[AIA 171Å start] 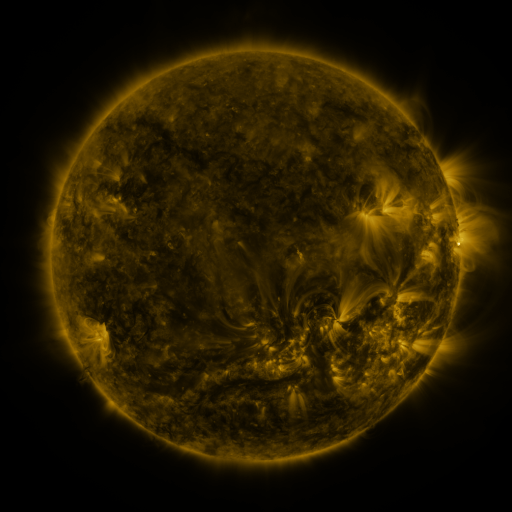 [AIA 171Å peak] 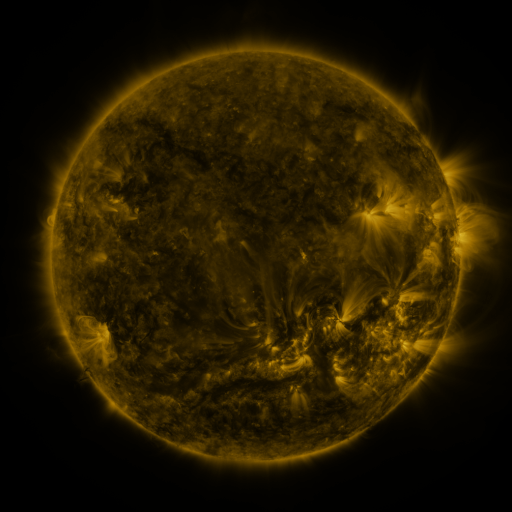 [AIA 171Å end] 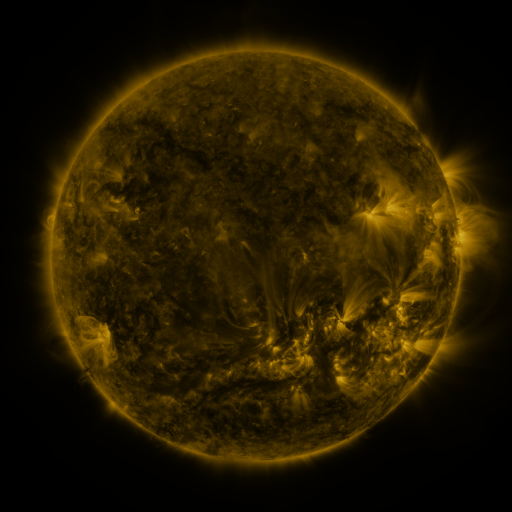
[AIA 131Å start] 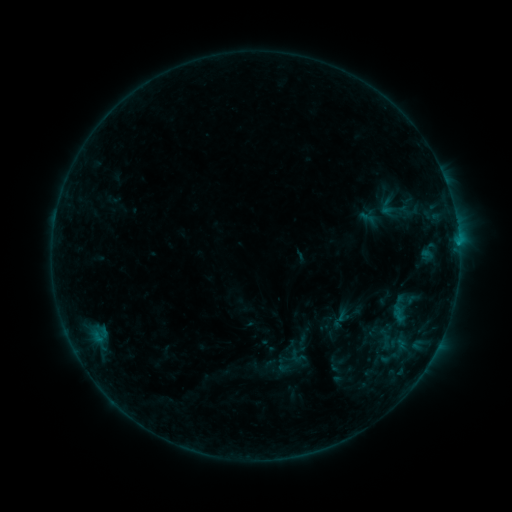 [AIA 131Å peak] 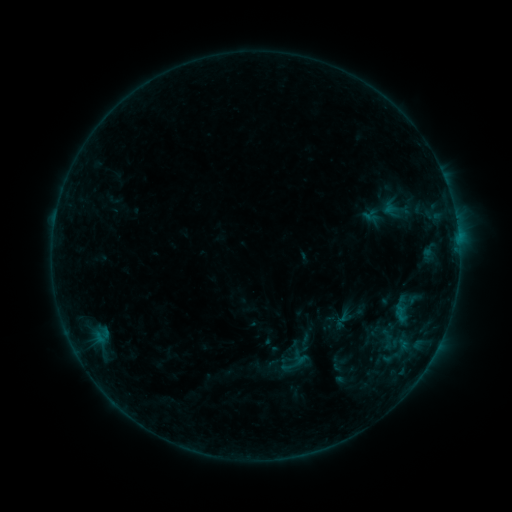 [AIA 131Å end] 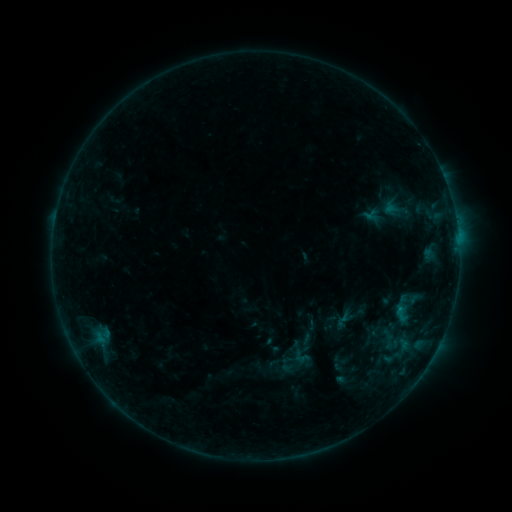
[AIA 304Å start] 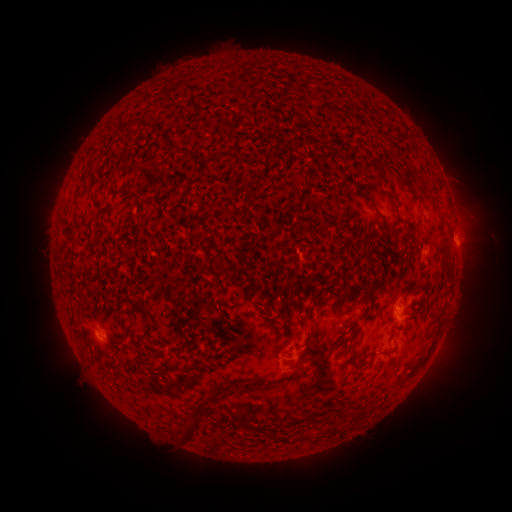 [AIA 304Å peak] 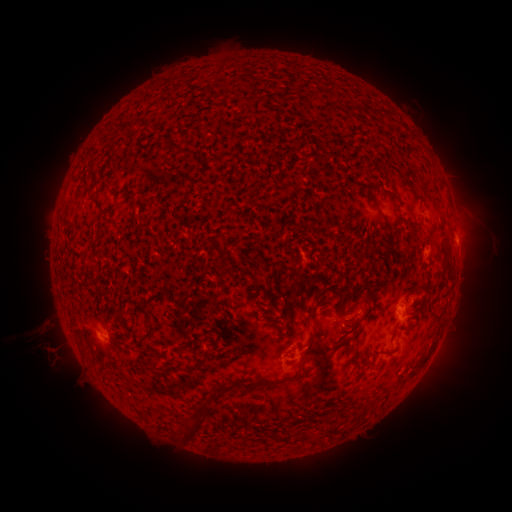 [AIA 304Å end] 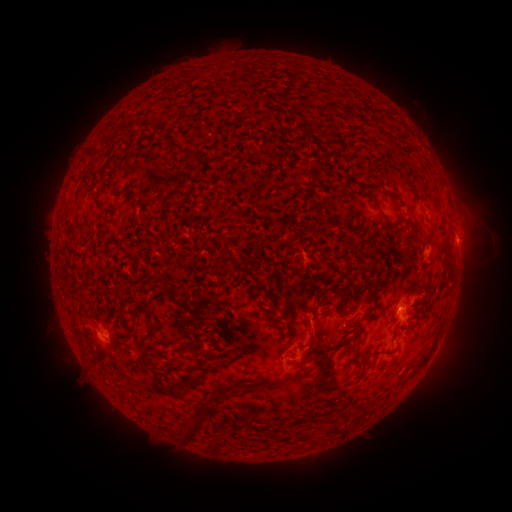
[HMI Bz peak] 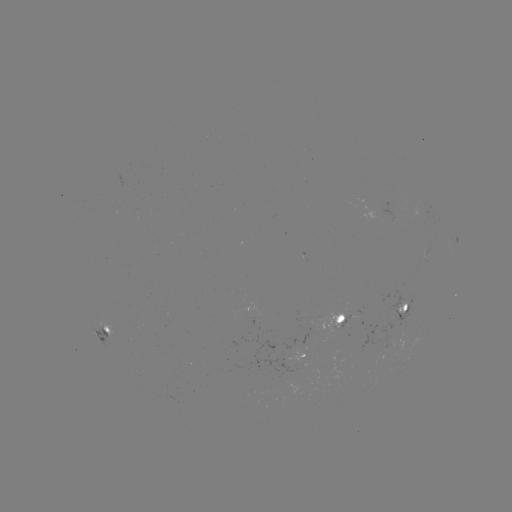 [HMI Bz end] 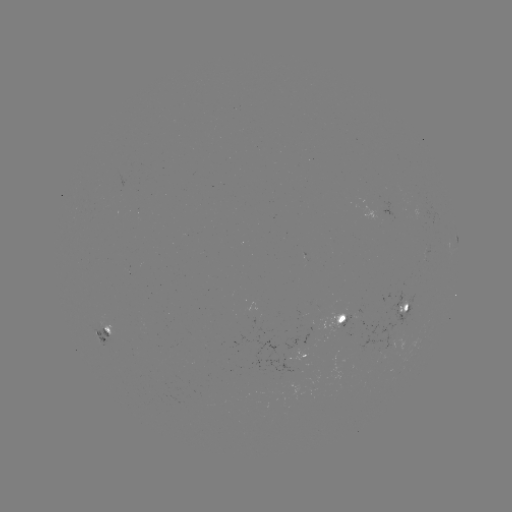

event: emerging-flux region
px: (378, 211)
